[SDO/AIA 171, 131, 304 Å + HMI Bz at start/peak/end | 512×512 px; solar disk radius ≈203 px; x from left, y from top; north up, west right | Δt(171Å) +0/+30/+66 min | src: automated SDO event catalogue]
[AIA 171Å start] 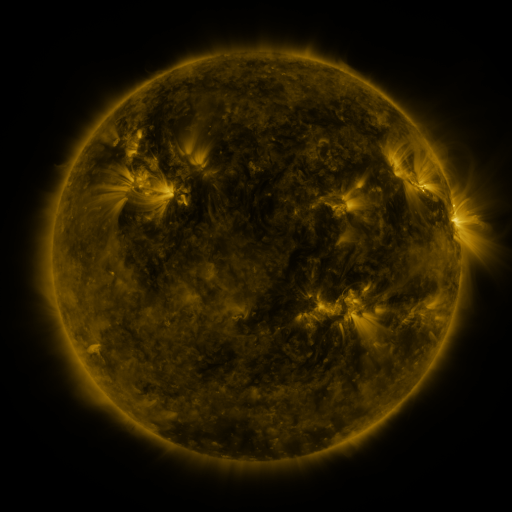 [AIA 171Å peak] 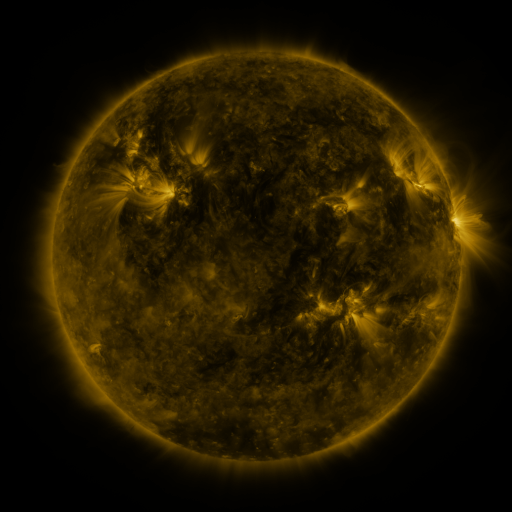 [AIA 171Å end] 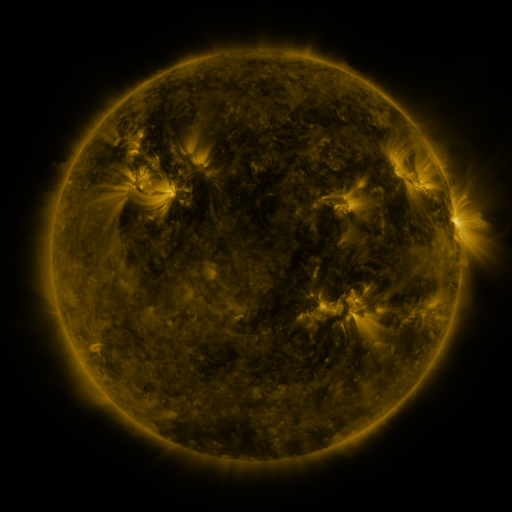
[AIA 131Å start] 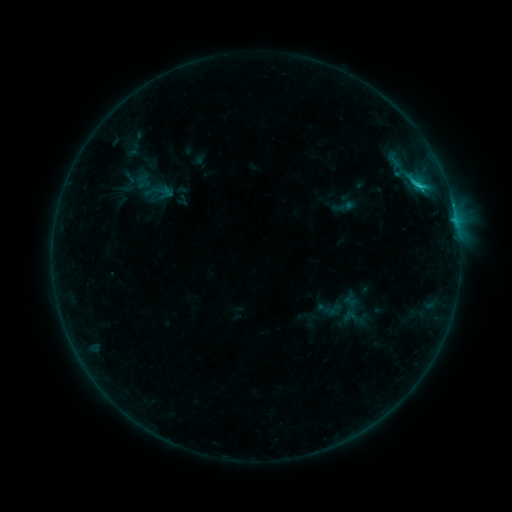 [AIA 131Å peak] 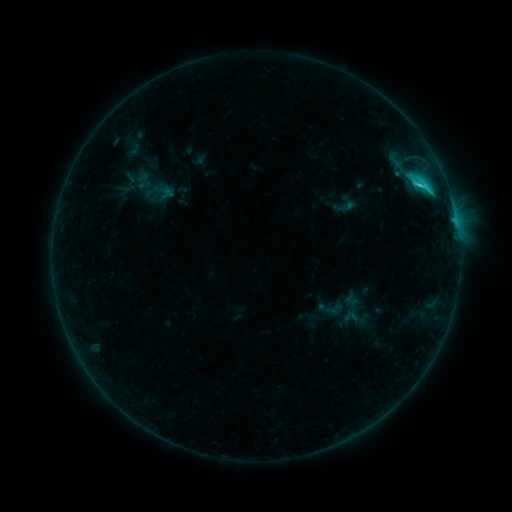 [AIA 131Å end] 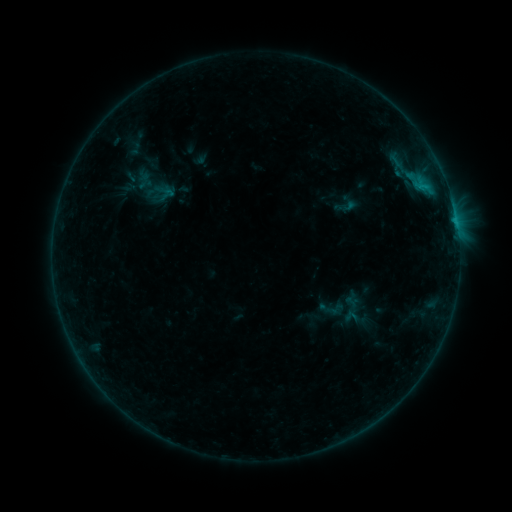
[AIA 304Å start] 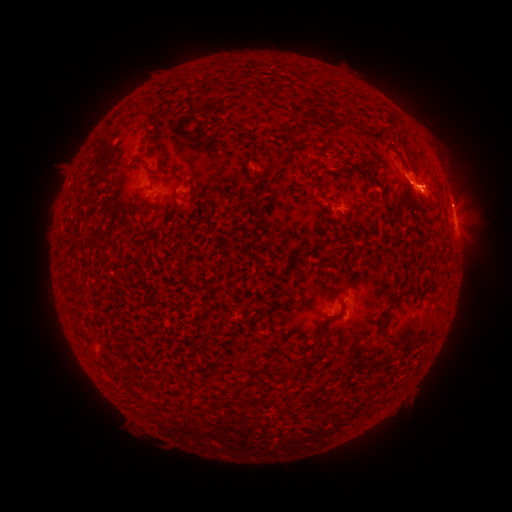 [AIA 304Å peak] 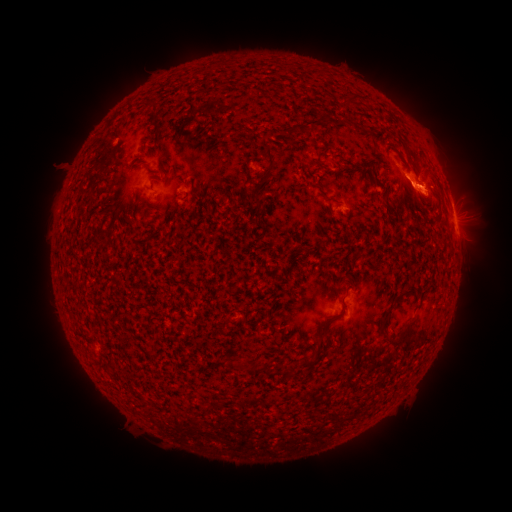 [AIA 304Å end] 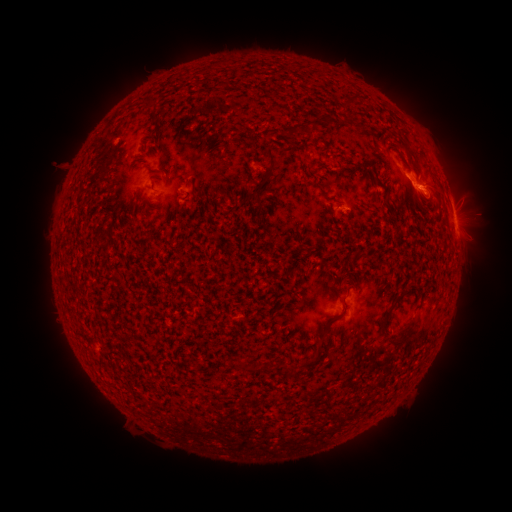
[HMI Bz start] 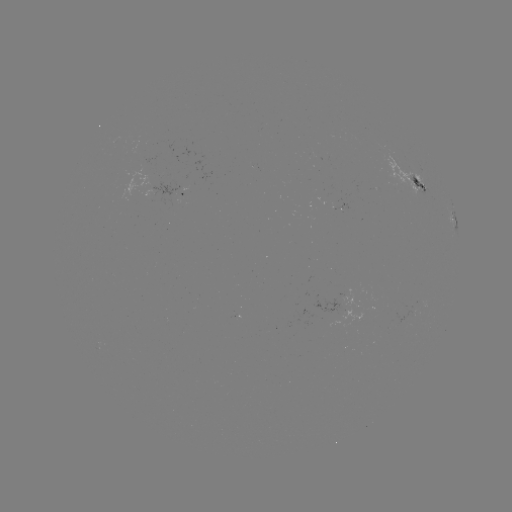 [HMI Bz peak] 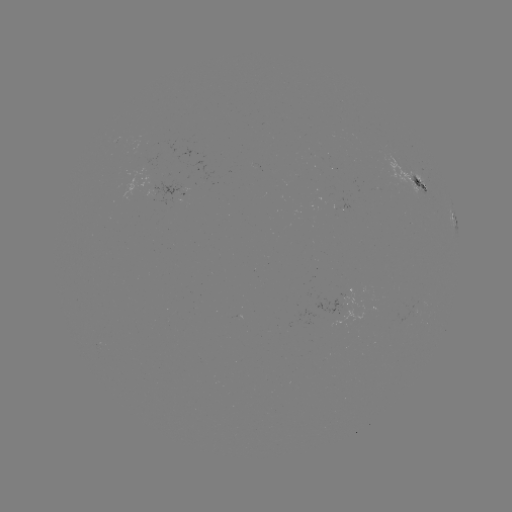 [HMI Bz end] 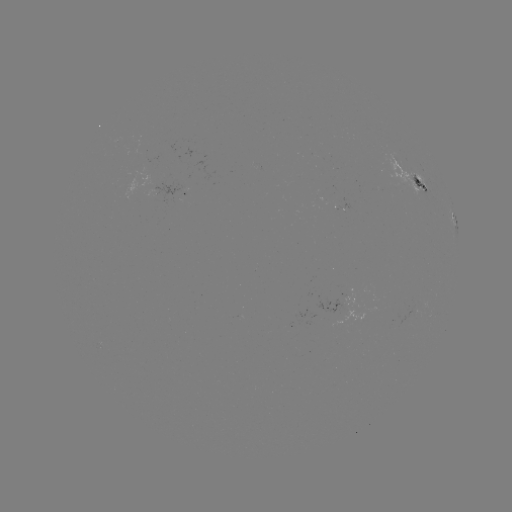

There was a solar flare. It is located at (413, 188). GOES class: C2.6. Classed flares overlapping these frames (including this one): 2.